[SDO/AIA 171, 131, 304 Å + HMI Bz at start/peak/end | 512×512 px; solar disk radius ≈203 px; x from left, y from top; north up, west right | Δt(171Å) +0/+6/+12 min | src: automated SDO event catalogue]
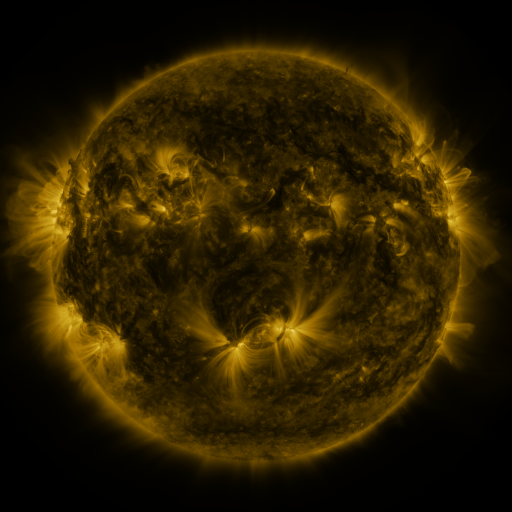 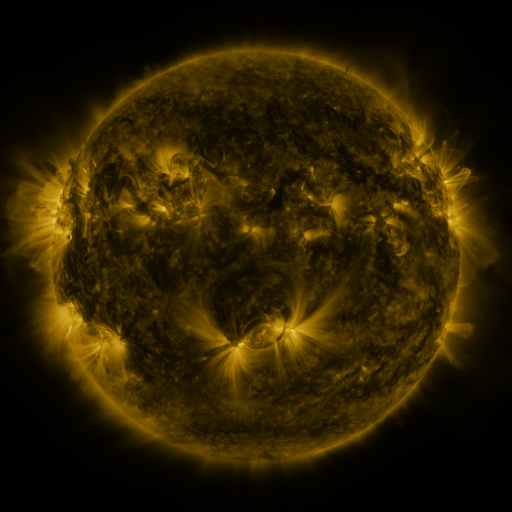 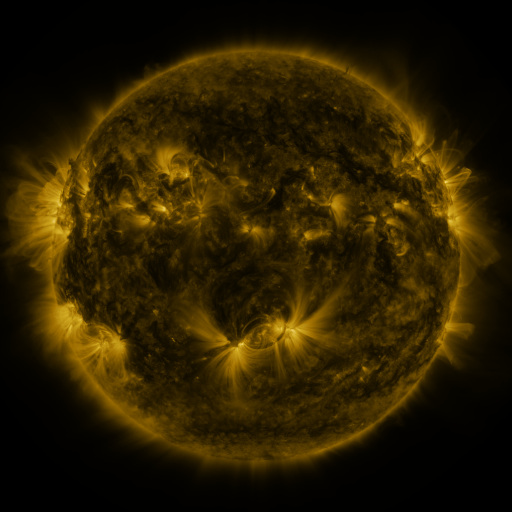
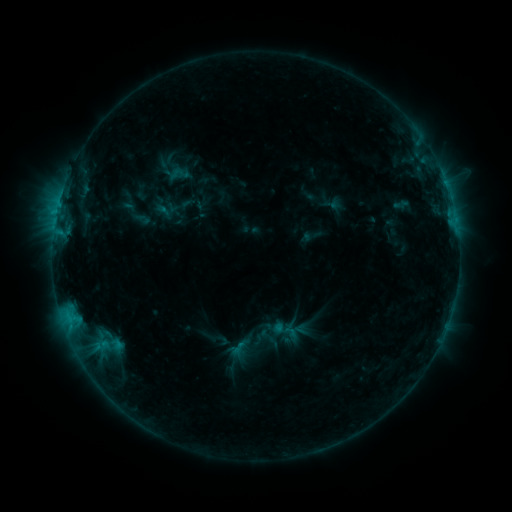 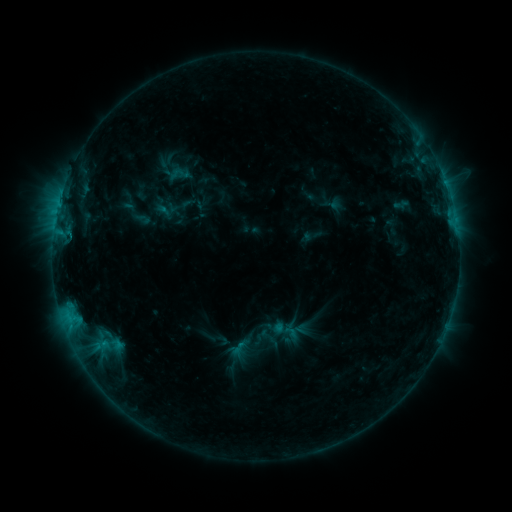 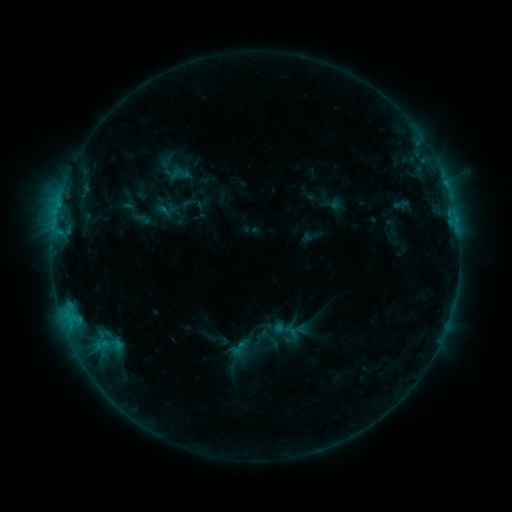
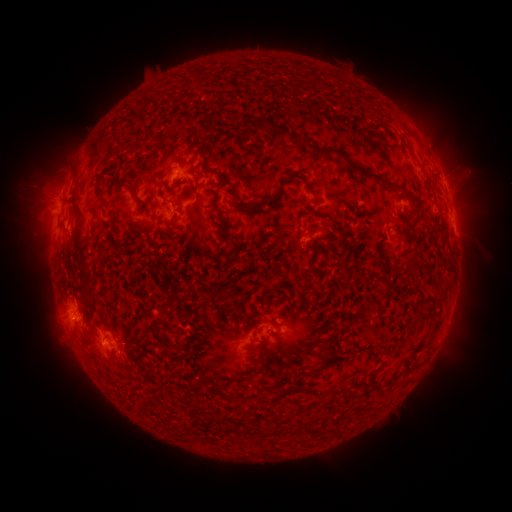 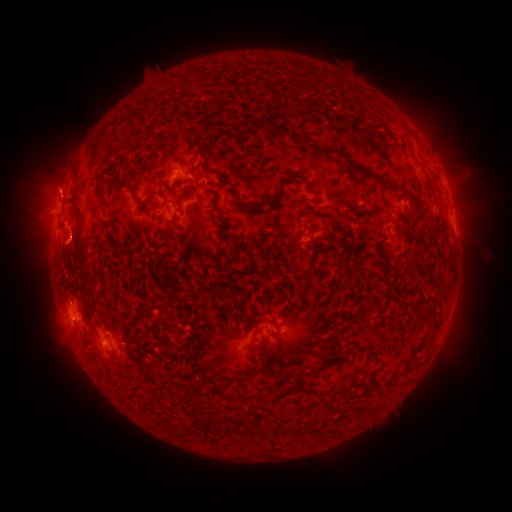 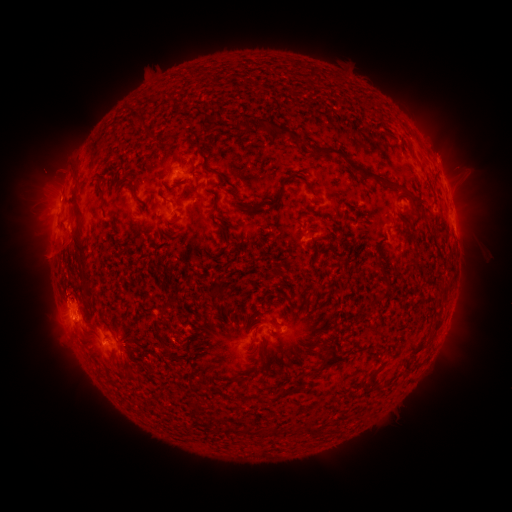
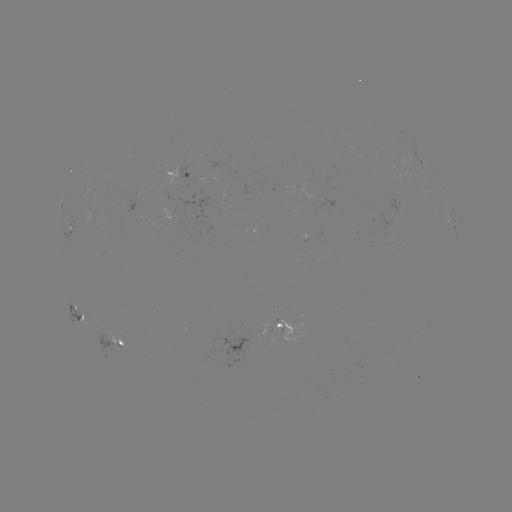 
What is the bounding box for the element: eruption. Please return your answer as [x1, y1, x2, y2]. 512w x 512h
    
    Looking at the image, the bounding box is [0, 128, 88, 216].